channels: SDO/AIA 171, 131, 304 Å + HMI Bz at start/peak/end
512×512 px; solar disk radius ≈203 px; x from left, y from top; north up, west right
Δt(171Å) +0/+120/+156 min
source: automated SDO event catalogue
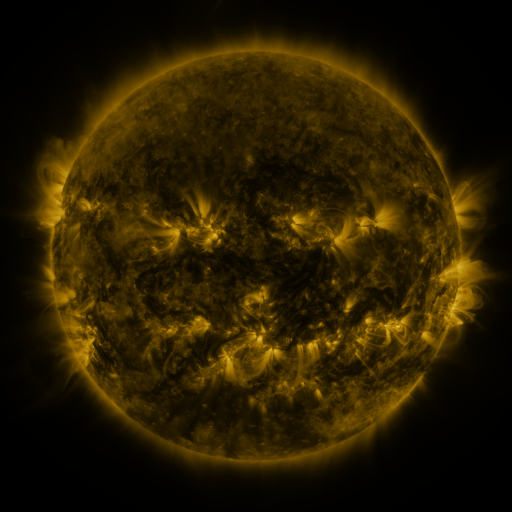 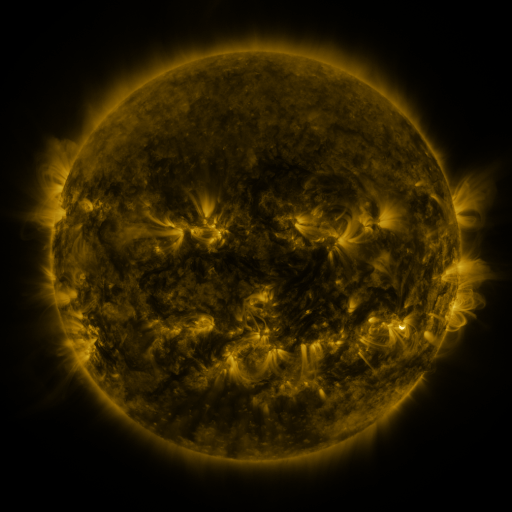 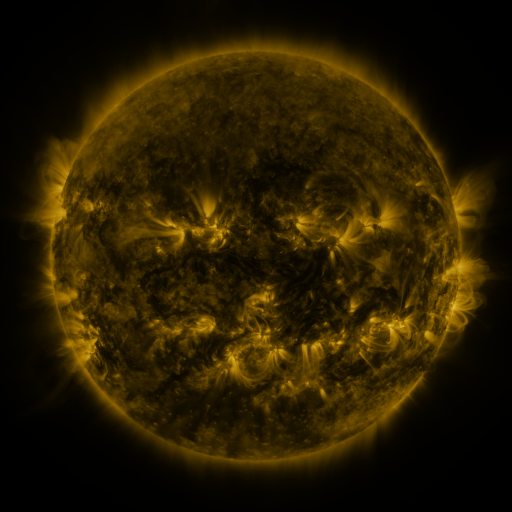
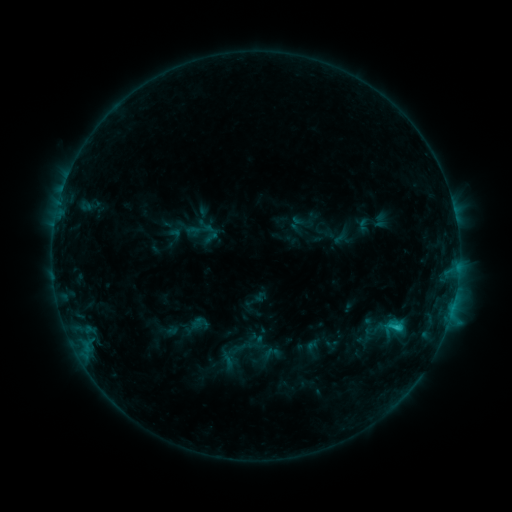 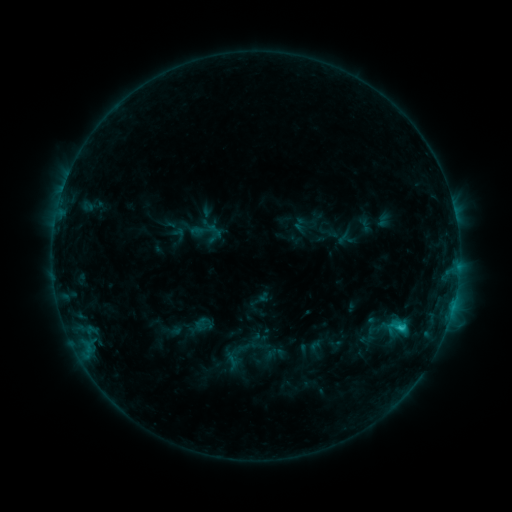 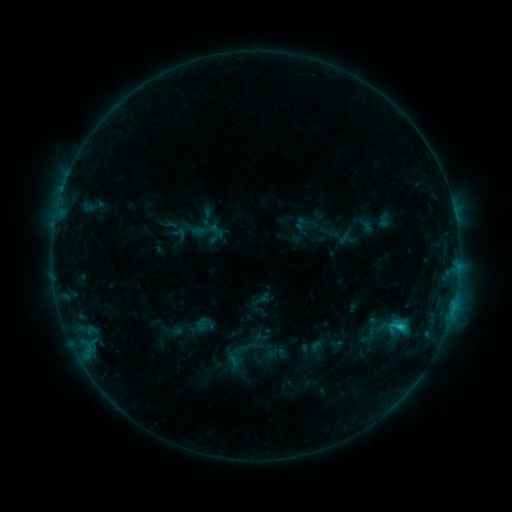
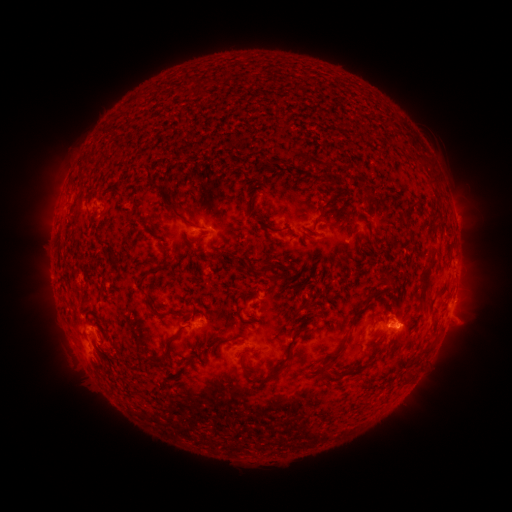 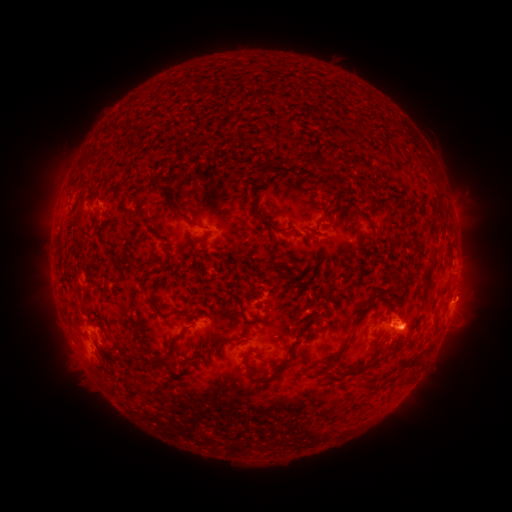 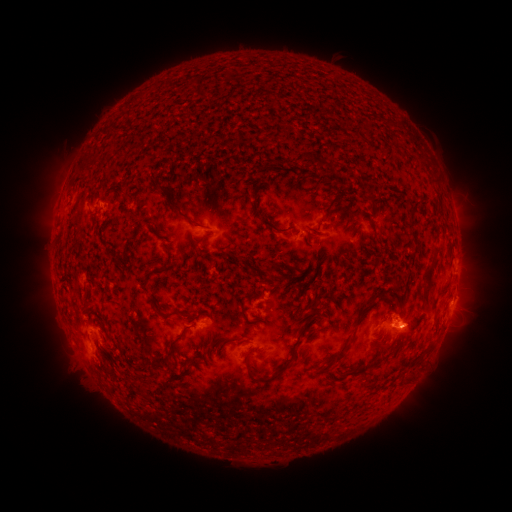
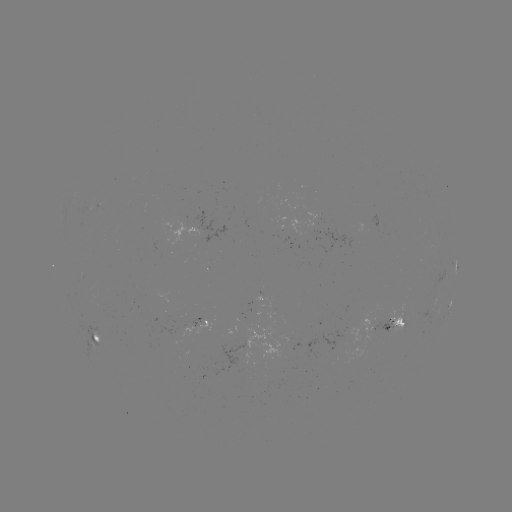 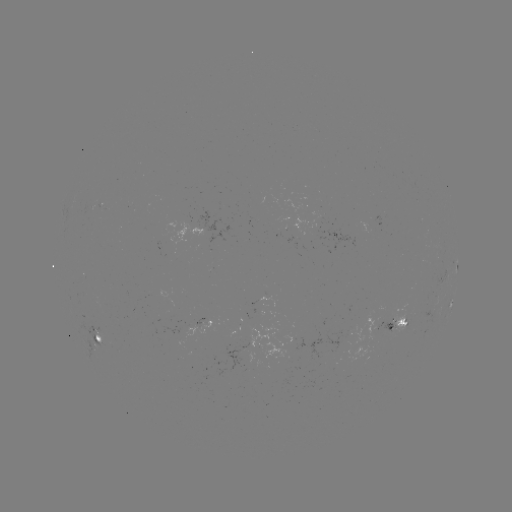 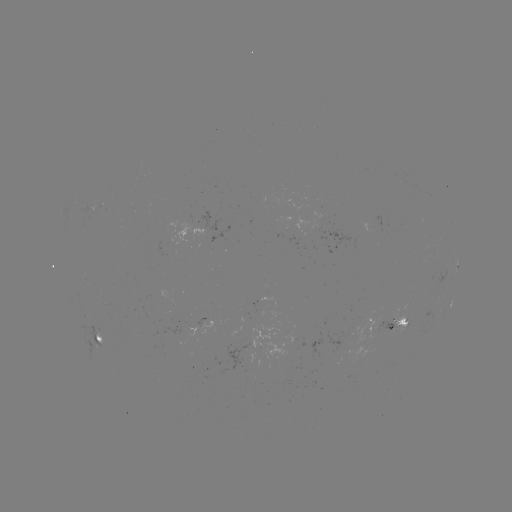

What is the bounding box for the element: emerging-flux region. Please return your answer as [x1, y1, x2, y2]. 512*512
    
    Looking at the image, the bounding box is [388, 305, 408, 337].